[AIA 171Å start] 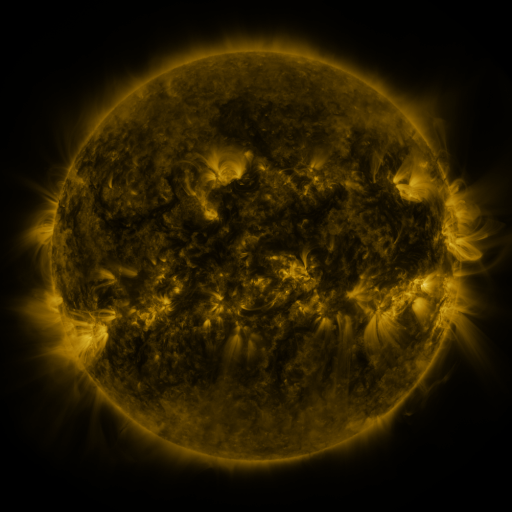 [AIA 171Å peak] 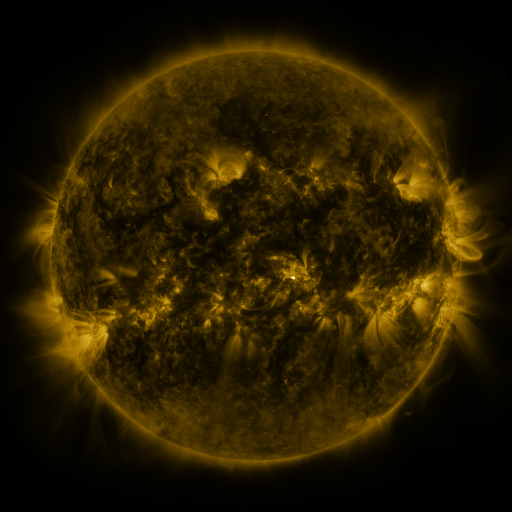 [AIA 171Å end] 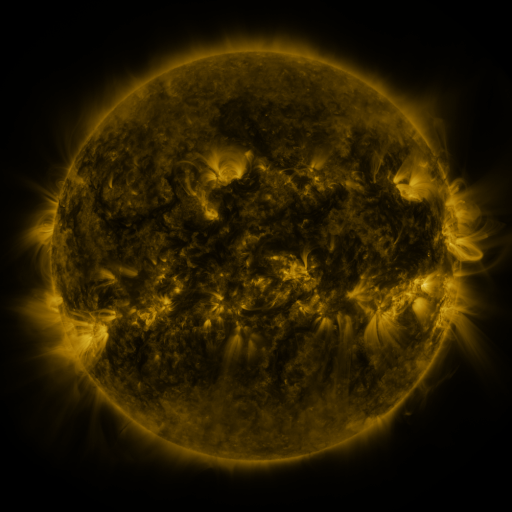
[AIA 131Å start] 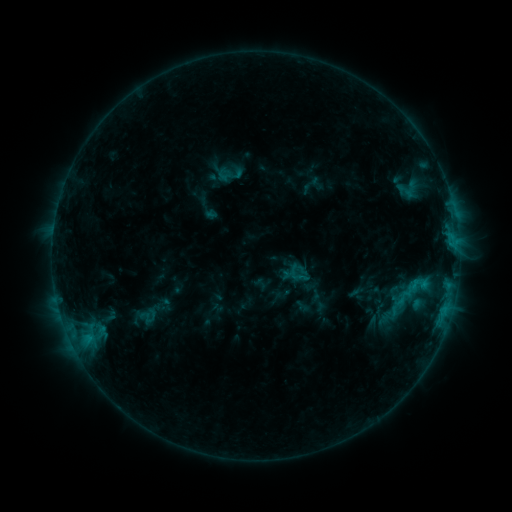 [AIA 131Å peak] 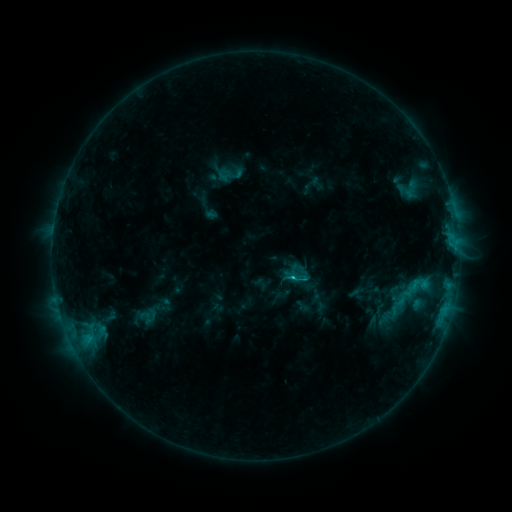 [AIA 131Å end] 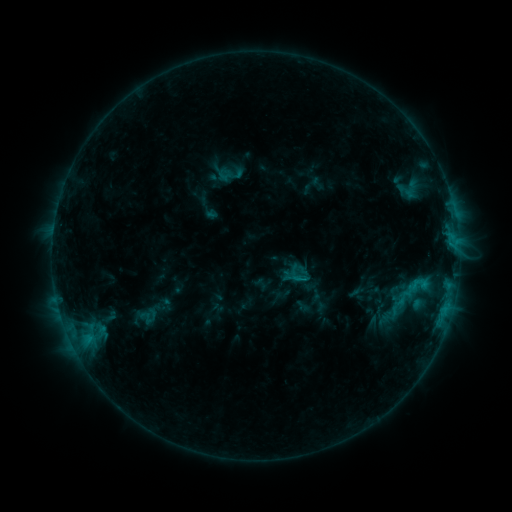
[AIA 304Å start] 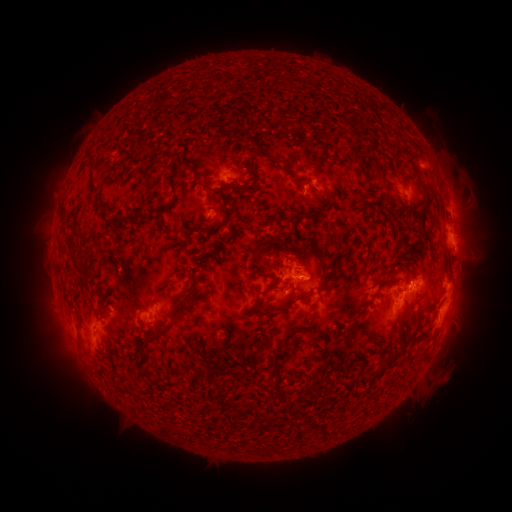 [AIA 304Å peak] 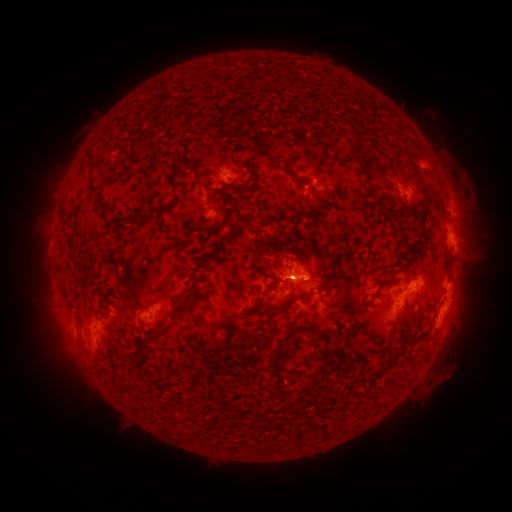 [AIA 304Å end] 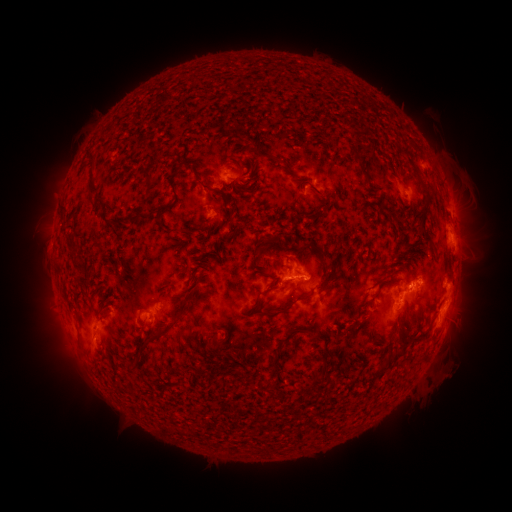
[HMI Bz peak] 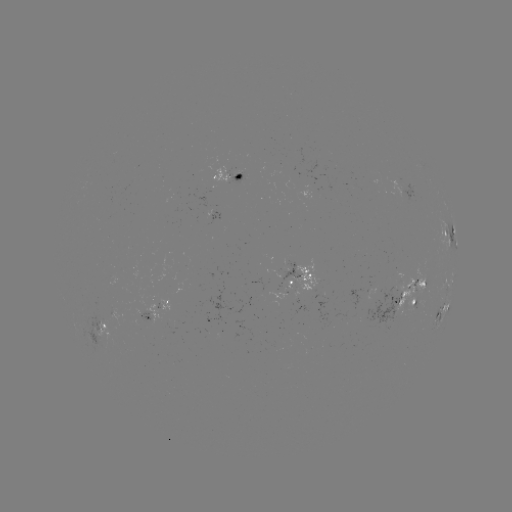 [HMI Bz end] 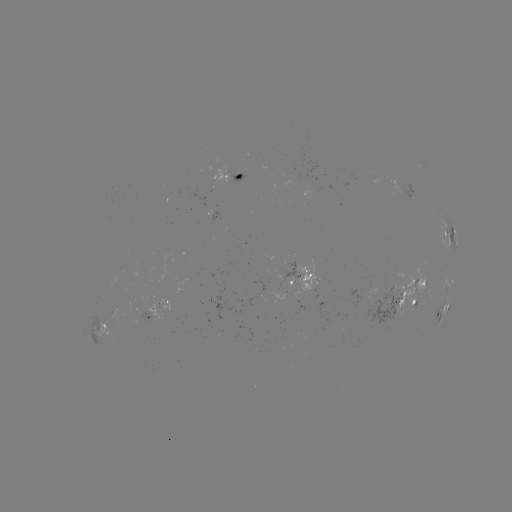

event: flare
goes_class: C1.1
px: (290, 277)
